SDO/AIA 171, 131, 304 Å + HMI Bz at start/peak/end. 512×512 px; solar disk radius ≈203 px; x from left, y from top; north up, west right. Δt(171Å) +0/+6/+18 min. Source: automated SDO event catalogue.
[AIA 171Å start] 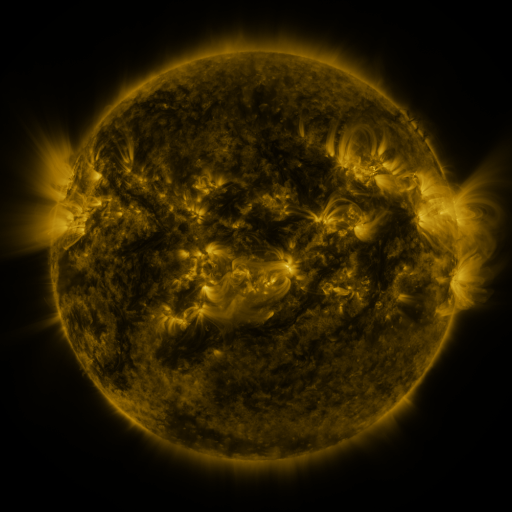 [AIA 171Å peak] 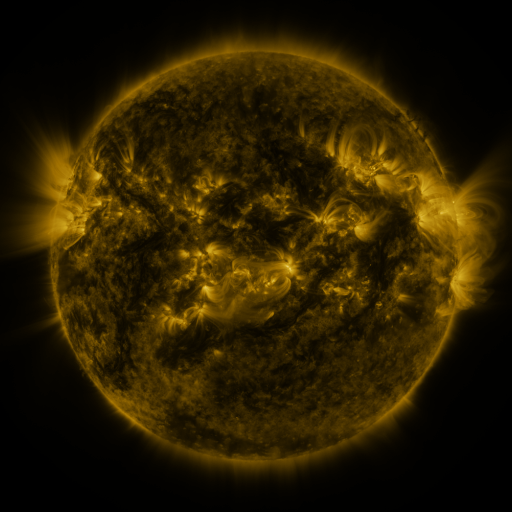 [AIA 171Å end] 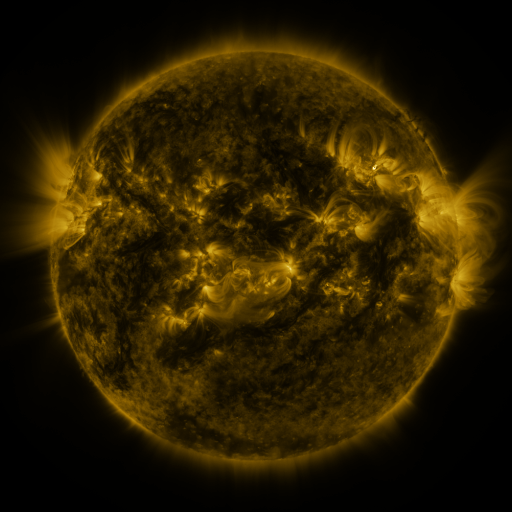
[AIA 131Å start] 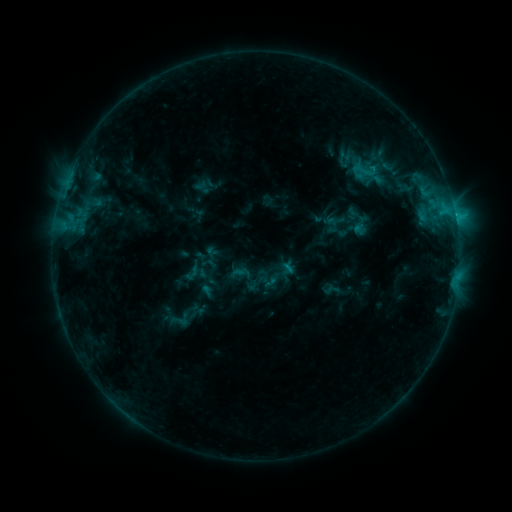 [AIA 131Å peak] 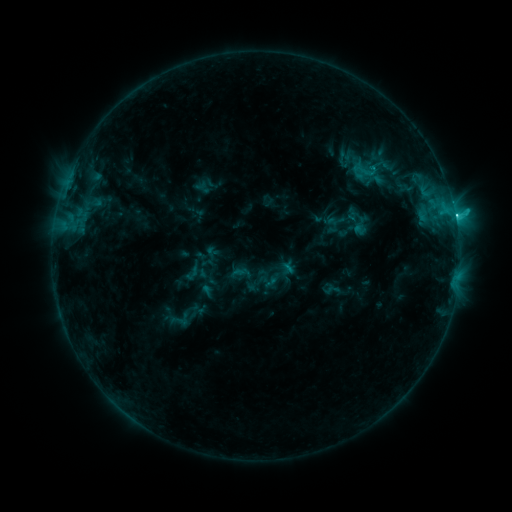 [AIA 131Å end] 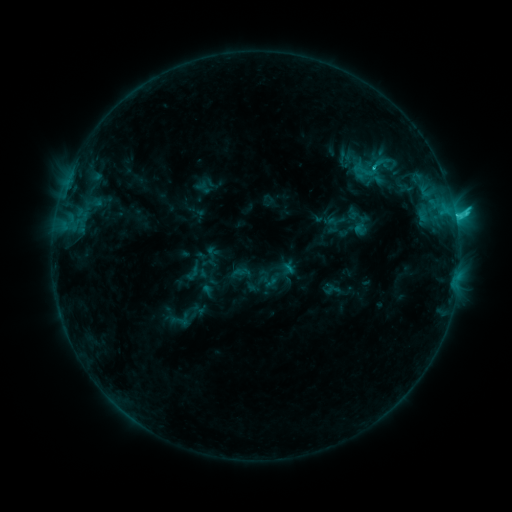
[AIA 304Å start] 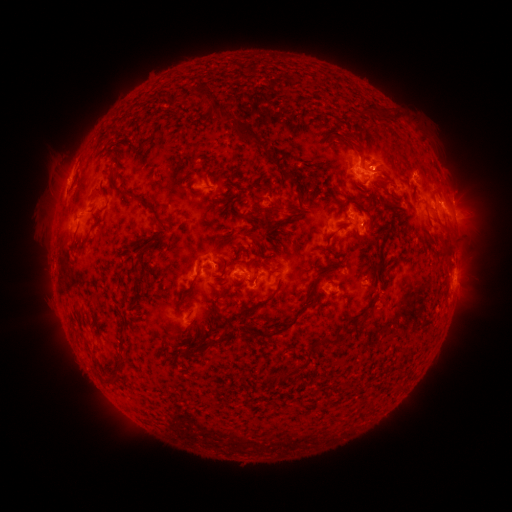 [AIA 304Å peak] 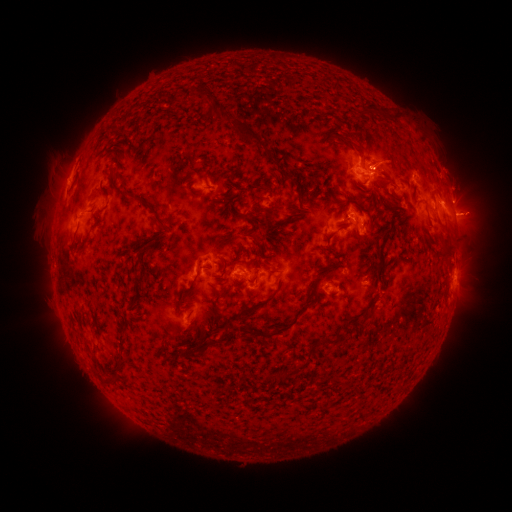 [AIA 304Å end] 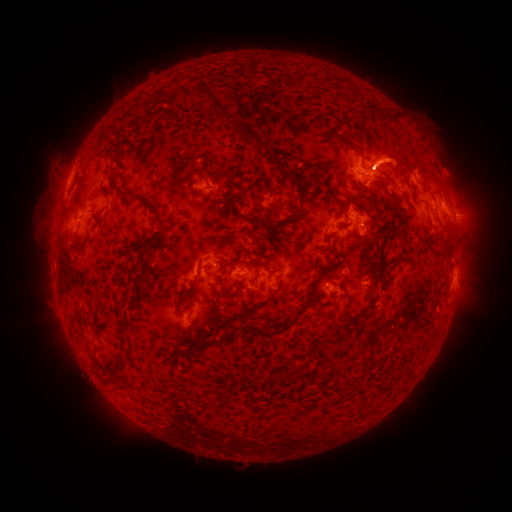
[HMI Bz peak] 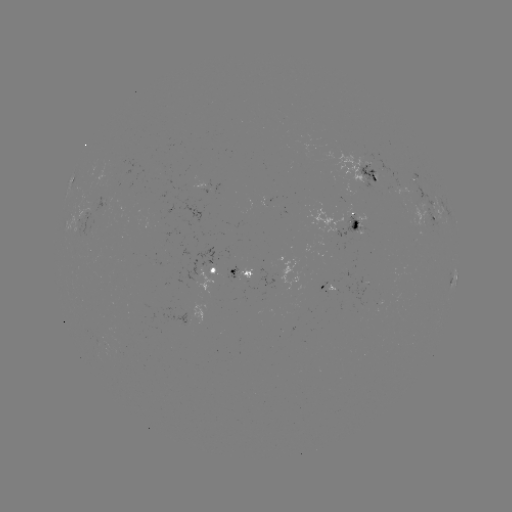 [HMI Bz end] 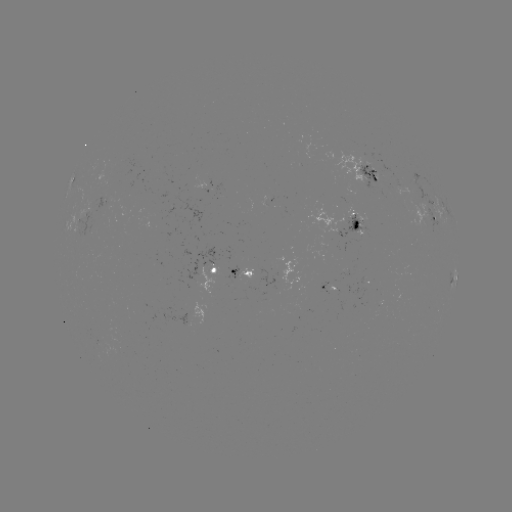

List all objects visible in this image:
C3.8 flare: (373, 170)
